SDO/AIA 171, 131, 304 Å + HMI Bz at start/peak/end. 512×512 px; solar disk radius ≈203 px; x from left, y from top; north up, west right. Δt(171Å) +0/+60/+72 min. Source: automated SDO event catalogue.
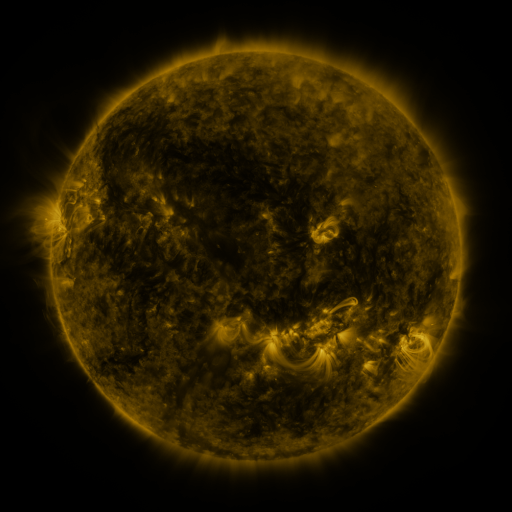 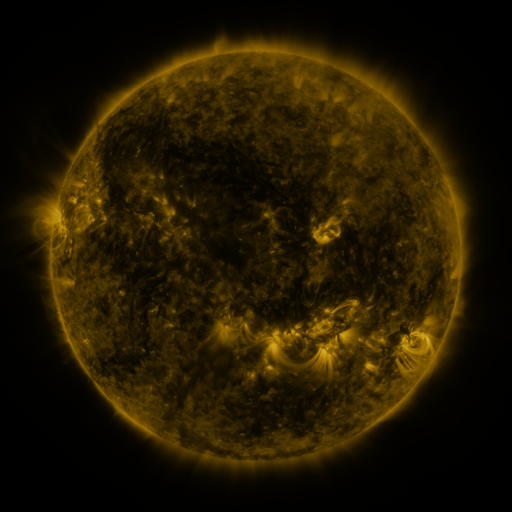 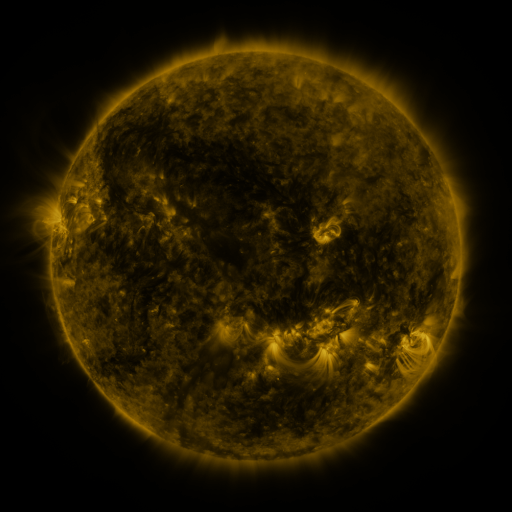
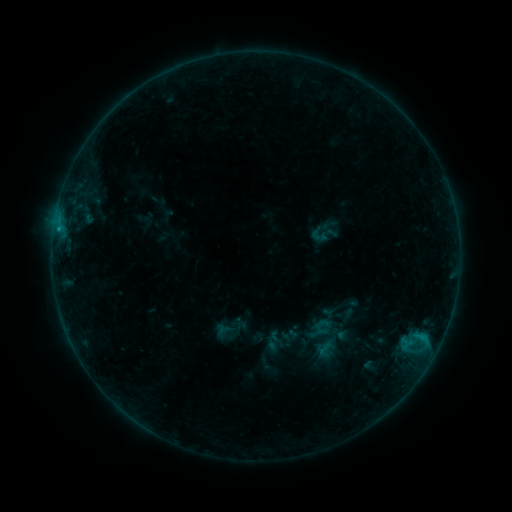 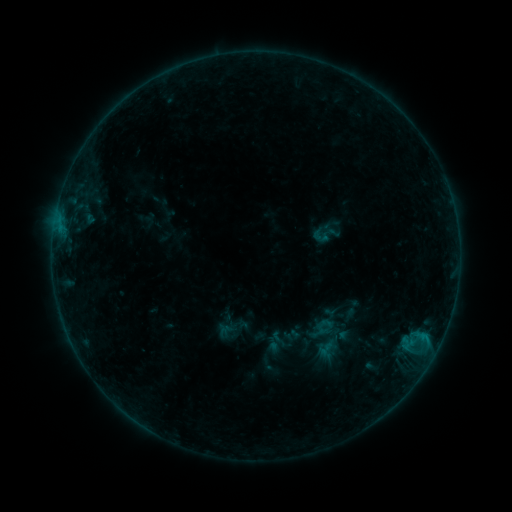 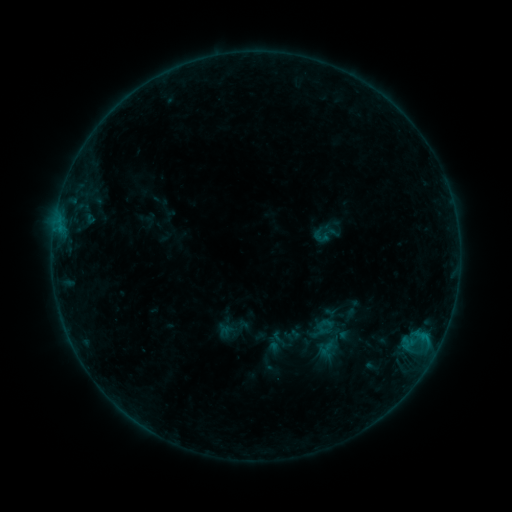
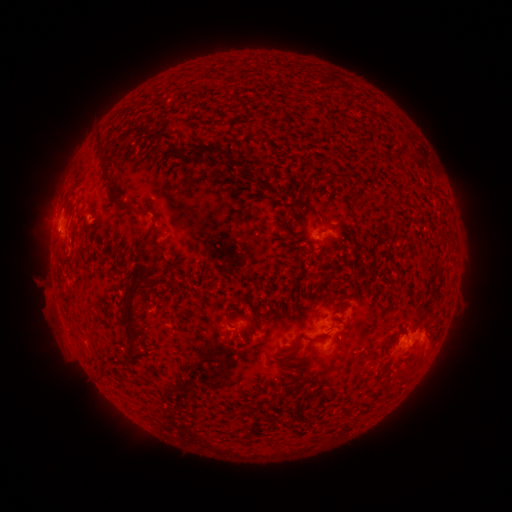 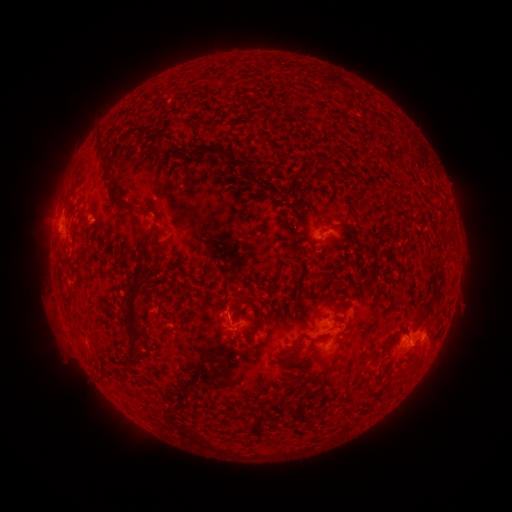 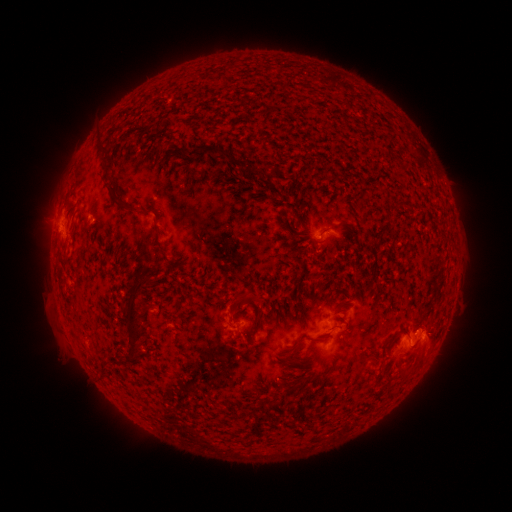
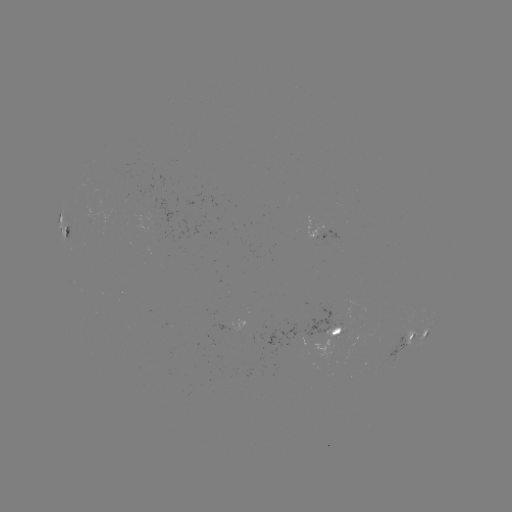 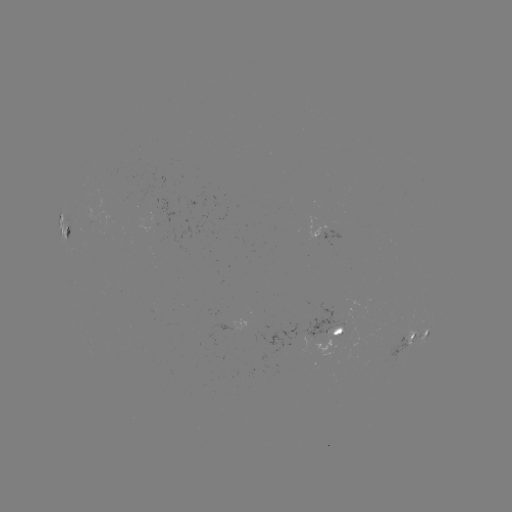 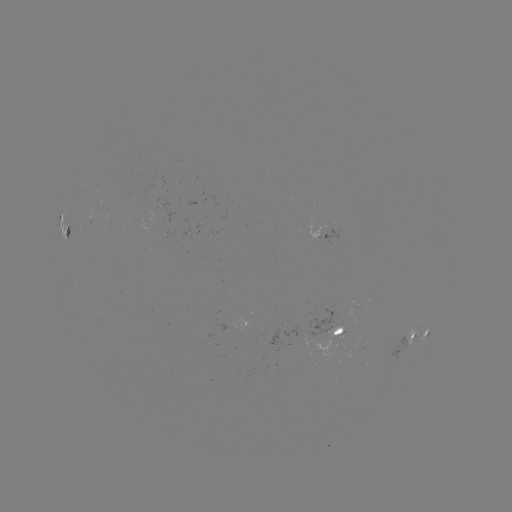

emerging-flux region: (314, 326, 342, 356)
